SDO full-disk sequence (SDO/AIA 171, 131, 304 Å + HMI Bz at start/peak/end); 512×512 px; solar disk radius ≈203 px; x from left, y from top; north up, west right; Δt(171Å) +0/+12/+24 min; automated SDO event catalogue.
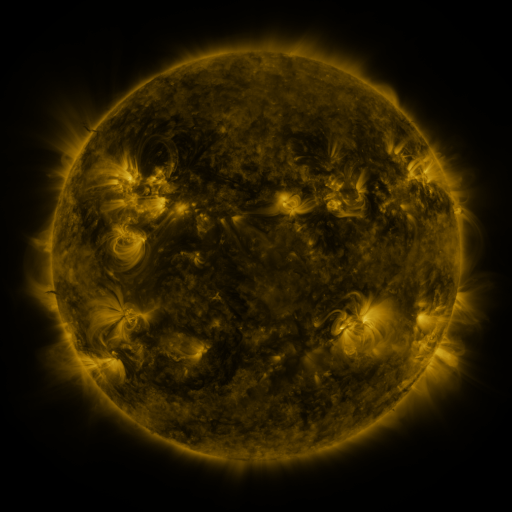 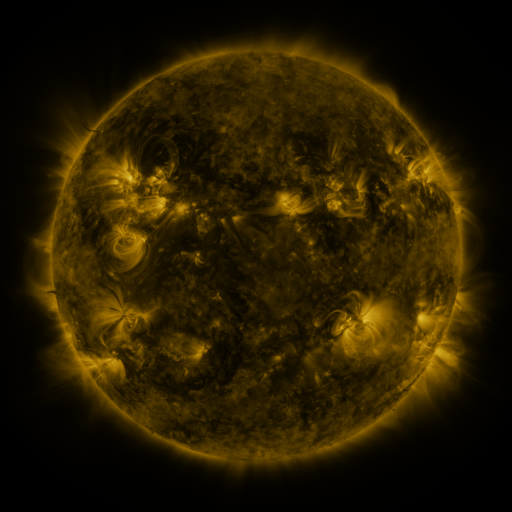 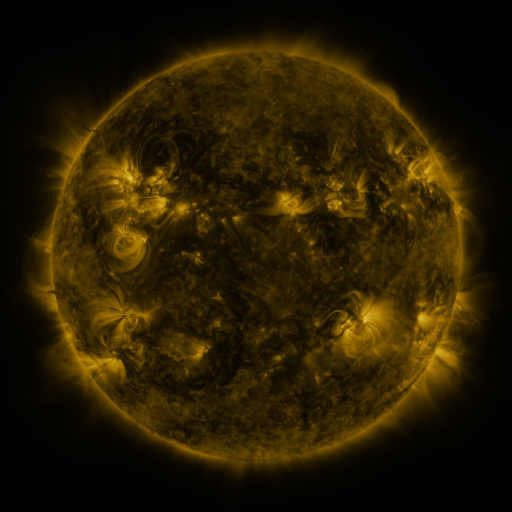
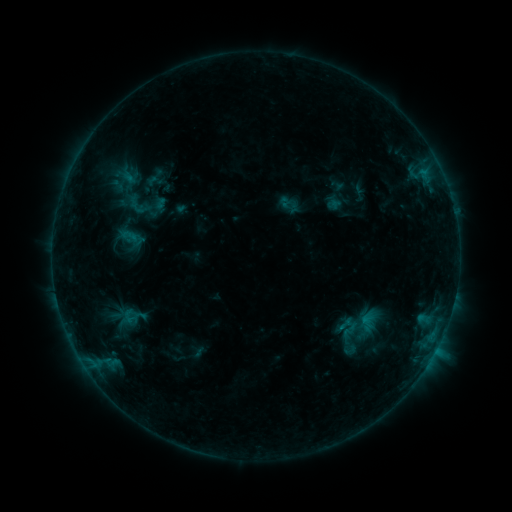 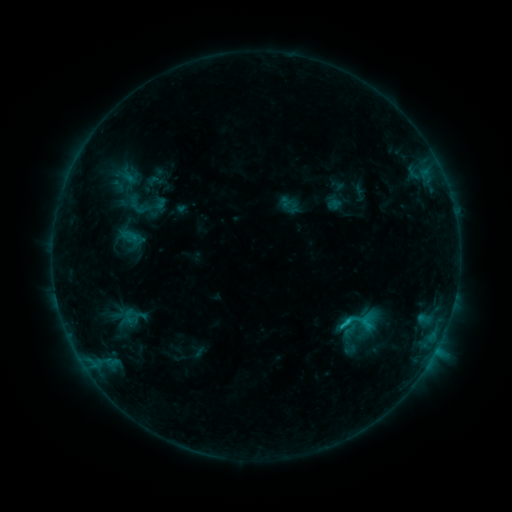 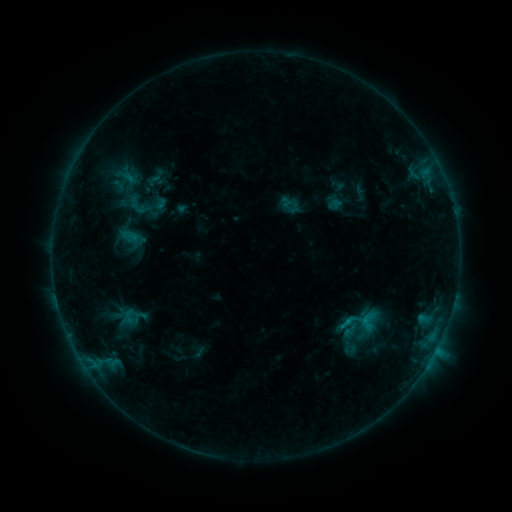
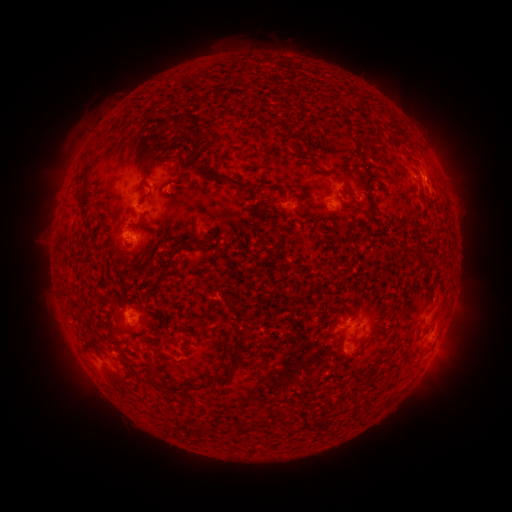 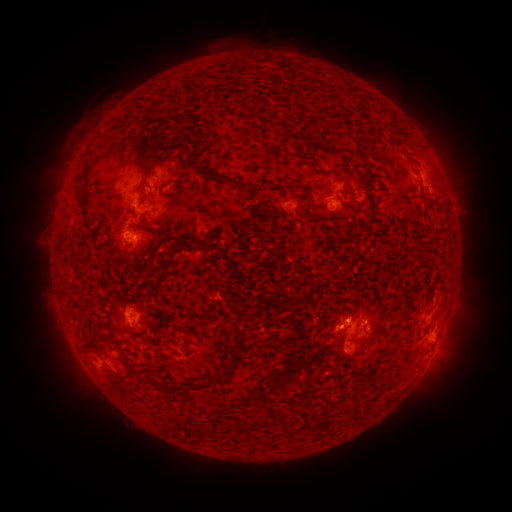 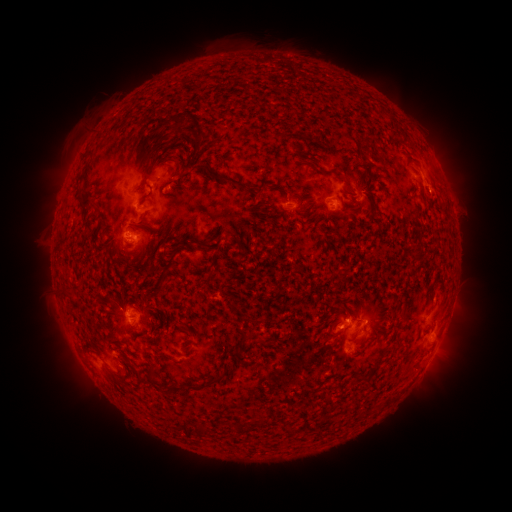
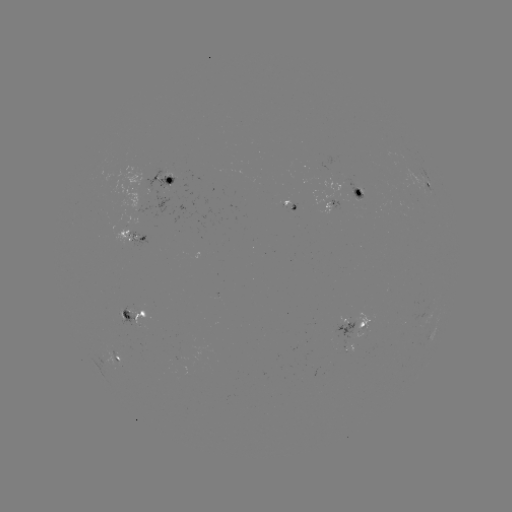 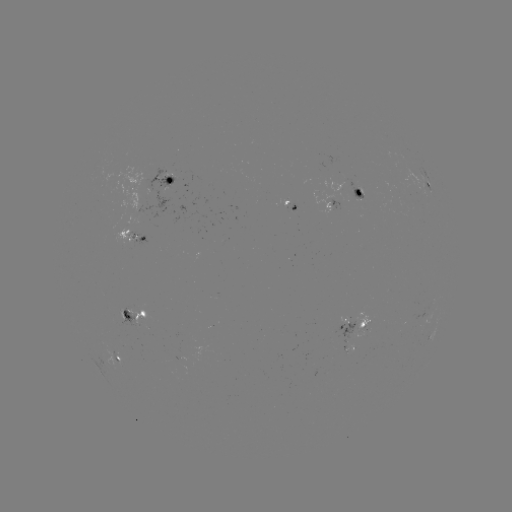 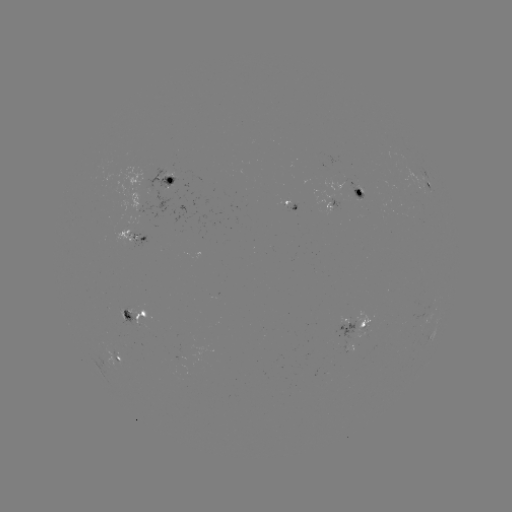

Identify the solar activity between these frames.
C1.0 flare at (346, 320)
